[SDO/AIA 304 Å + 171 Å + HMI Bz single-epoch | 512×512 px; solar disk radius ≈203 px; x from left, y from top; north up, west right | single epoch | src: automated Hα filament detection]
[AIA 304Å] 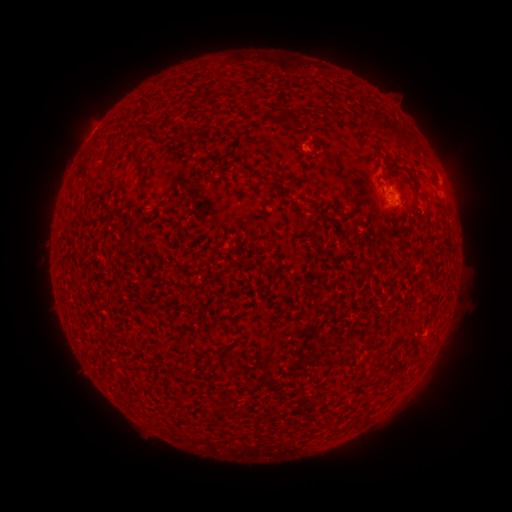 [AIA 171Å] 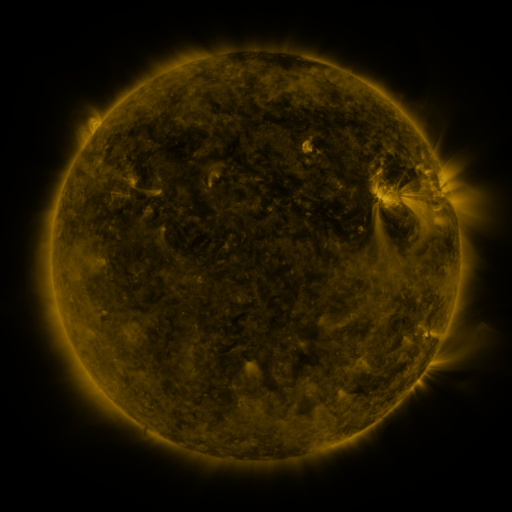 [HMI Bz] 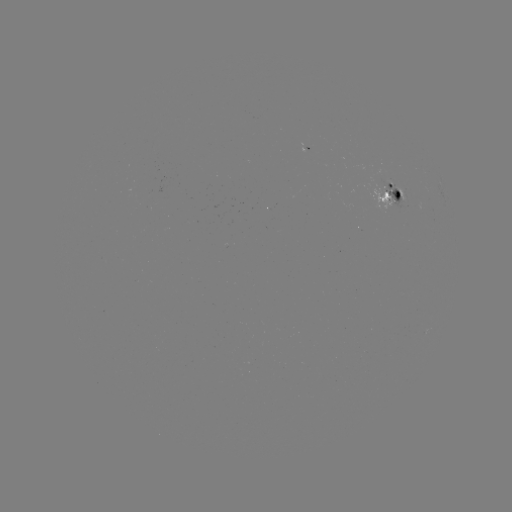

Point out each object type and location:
filament: (279, 108, 297, 122)
filament: (125, 122, 146, 133)
filament: (129, 149, 140, 158)
filament: (138, 178, 148, 189)
